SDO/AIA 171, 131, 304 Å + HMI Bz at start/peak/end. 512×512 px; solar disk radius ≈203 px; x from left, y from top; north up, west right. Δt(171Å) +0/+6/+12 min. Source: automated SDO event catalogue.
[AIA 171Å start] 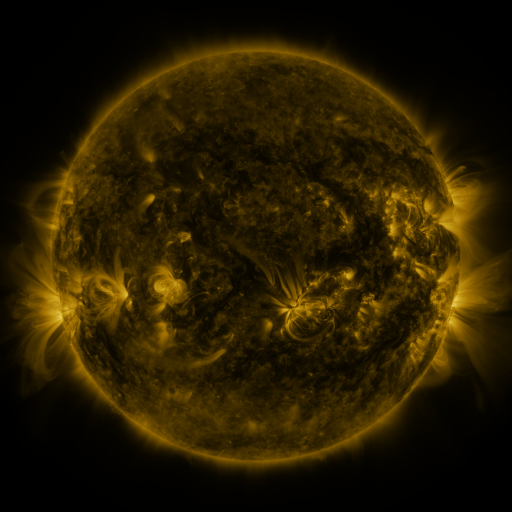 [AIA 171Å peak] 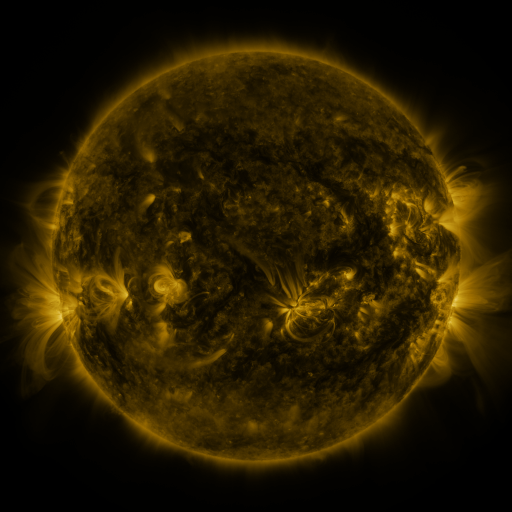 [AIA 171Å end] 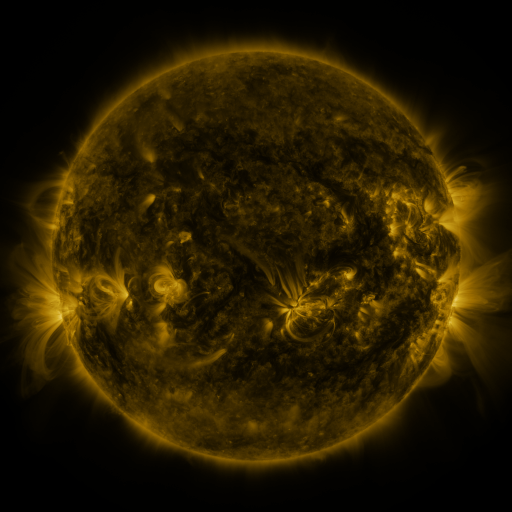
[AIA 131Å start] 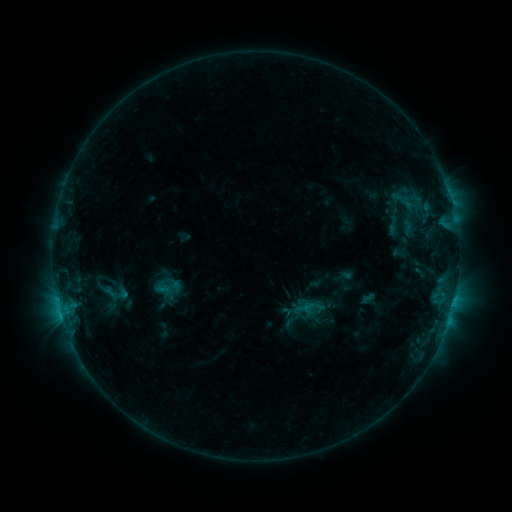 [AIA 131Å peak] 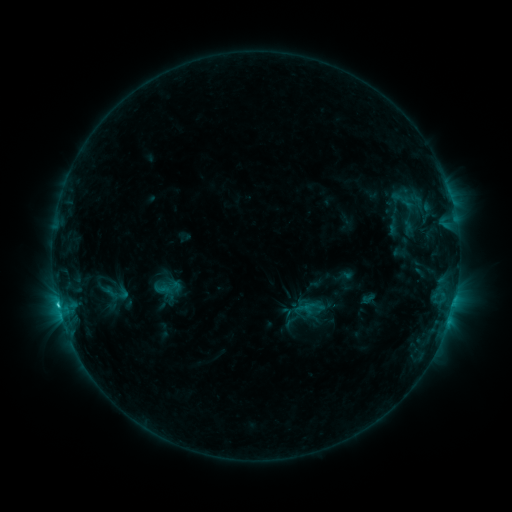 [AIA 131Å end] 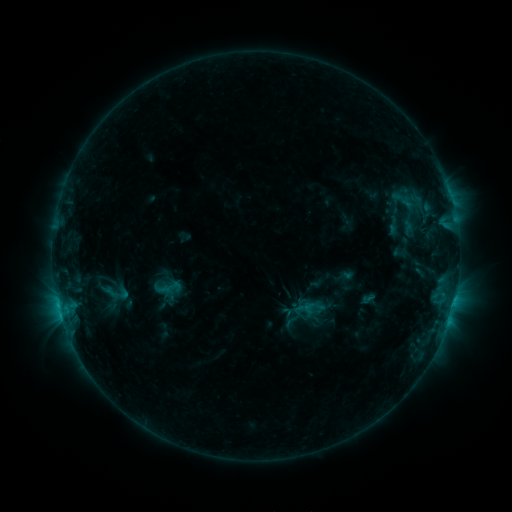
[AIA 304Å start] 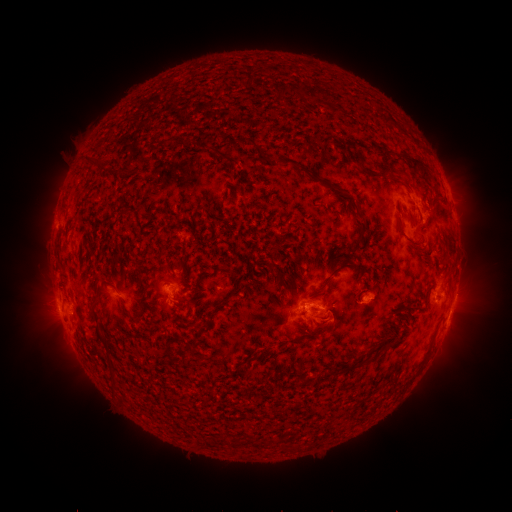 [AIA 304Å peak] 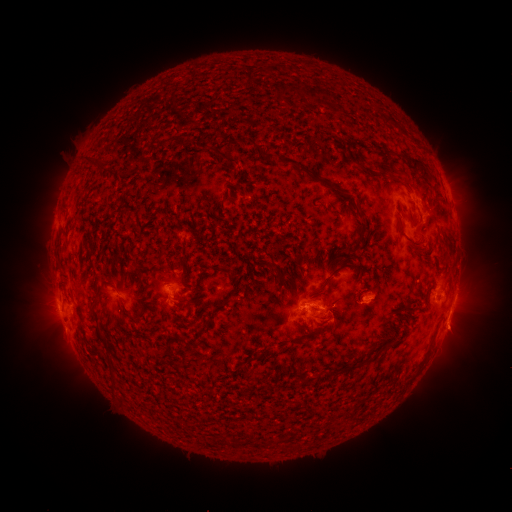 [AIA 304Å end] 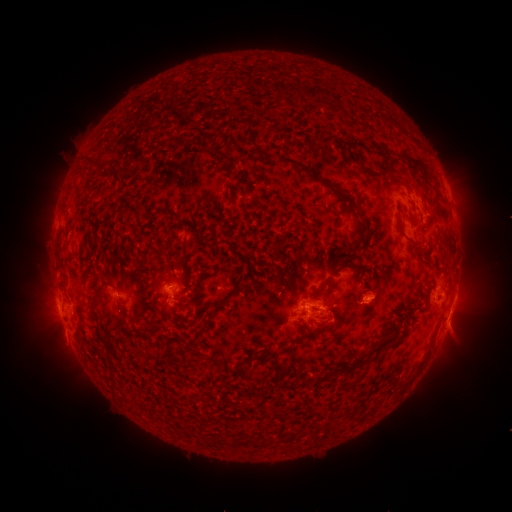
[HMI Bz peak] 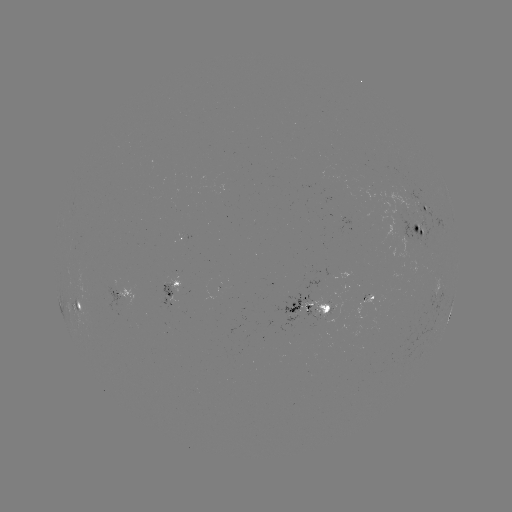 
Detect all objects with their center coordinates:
C1.3 flare: (58, 301)
